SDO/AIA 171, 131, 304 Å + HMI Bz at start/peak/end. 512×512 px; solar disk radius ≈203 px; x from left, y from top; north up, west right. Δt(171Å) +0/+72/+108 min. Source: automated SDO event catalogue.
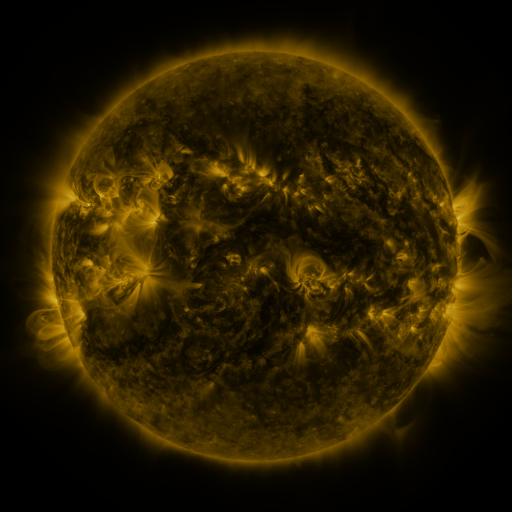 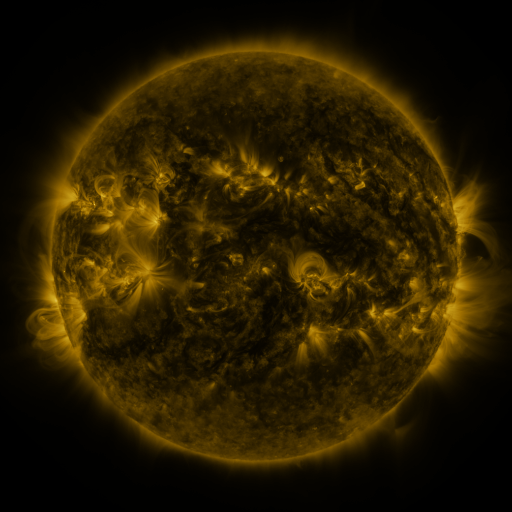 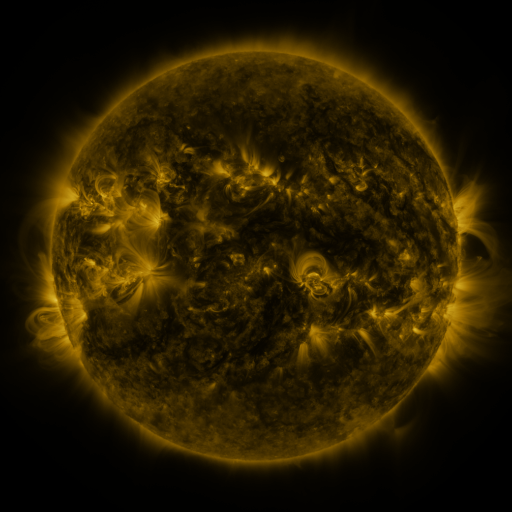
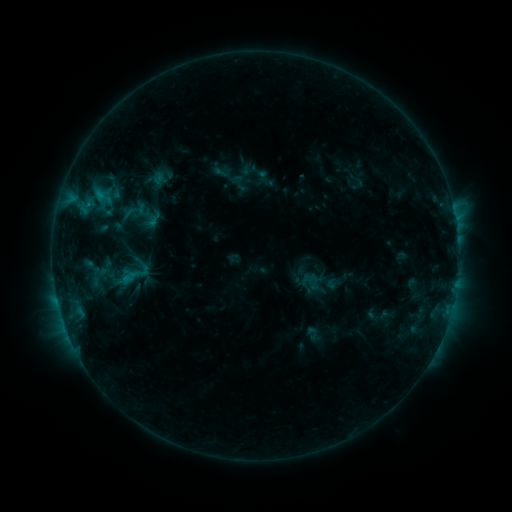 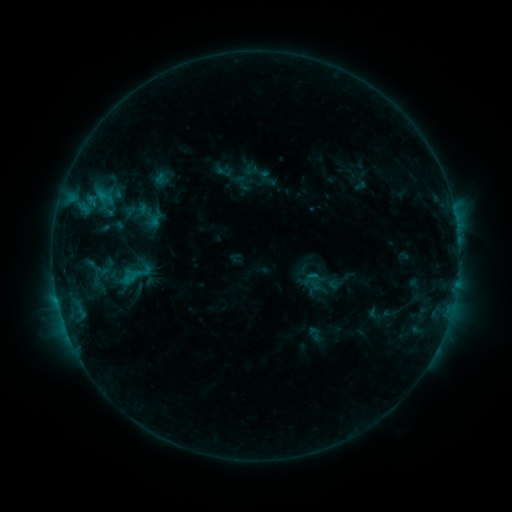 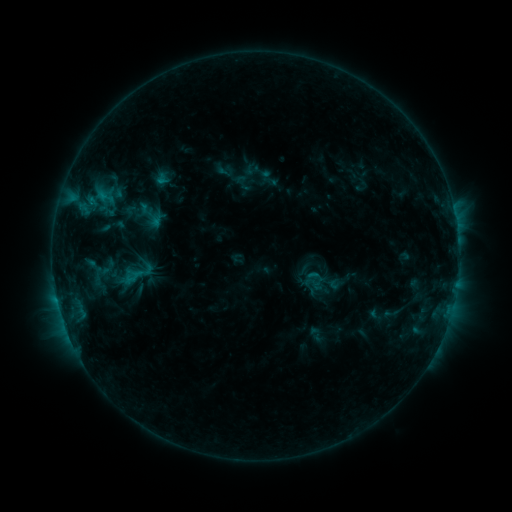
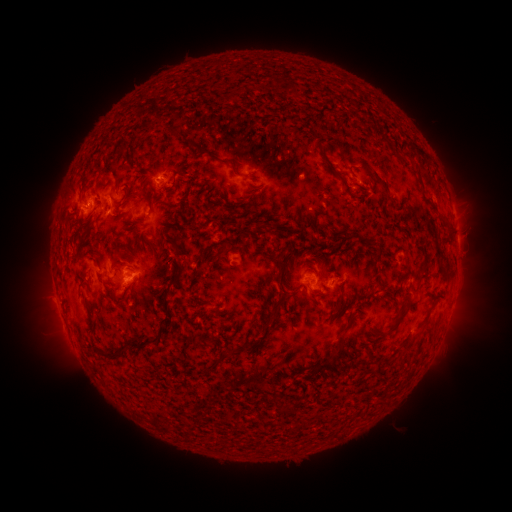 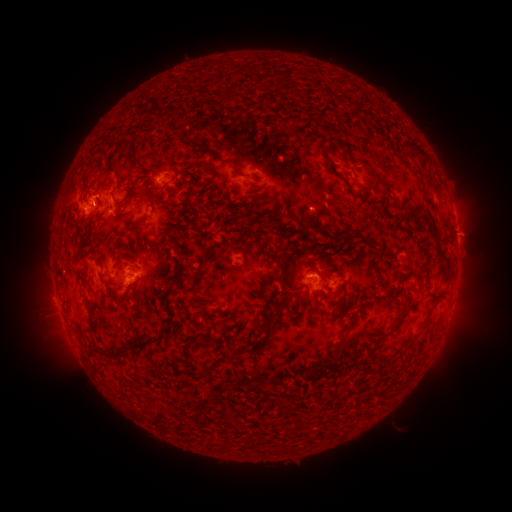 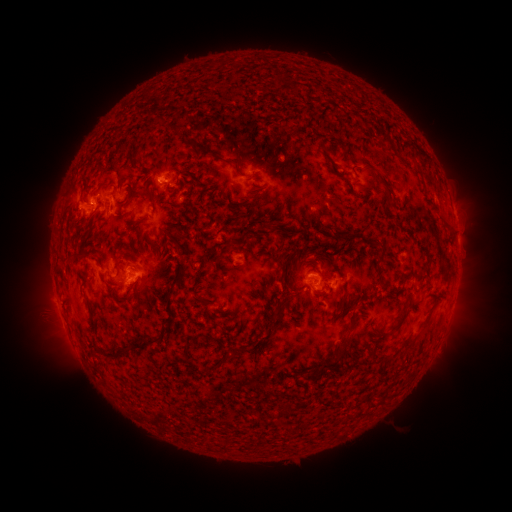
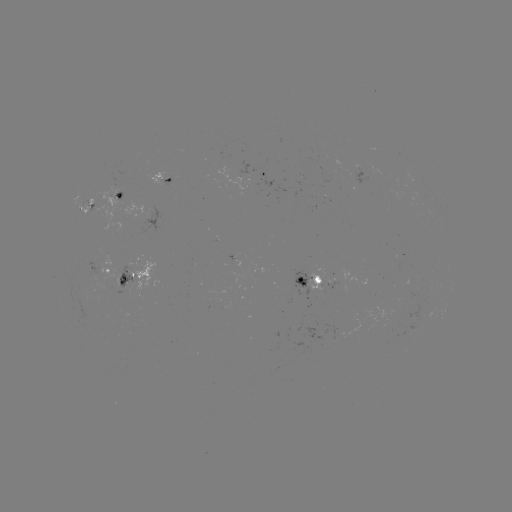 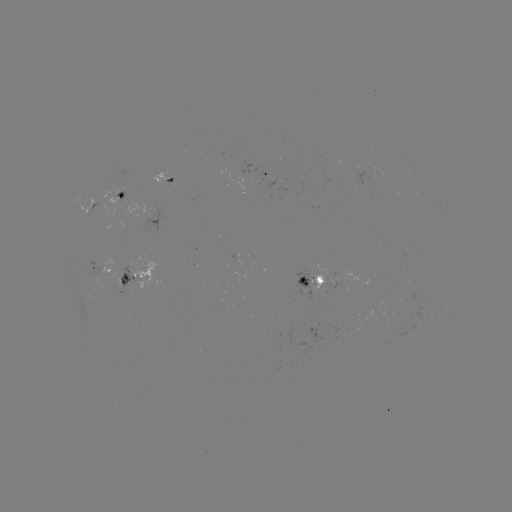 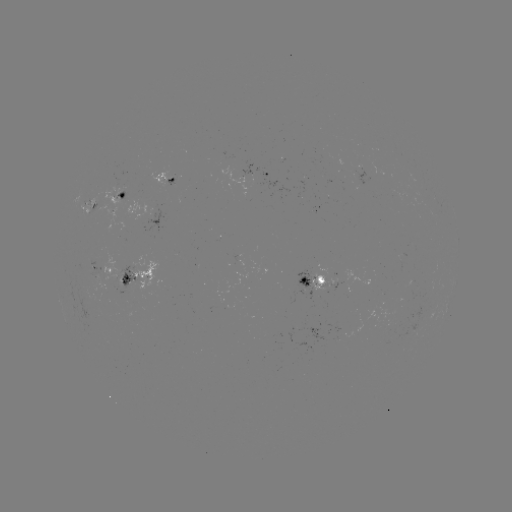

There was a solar emerging-flux region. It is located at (166, 176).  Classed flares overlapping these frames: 1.